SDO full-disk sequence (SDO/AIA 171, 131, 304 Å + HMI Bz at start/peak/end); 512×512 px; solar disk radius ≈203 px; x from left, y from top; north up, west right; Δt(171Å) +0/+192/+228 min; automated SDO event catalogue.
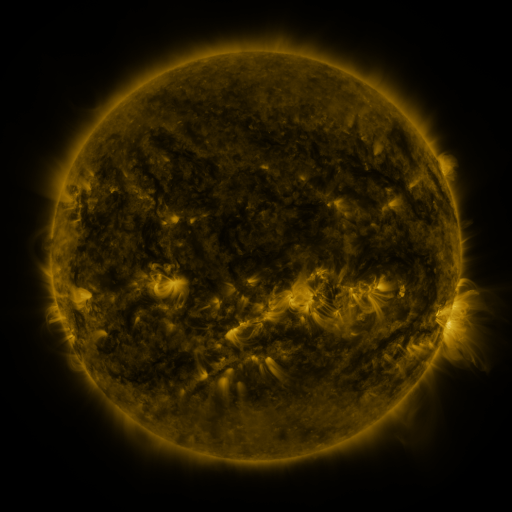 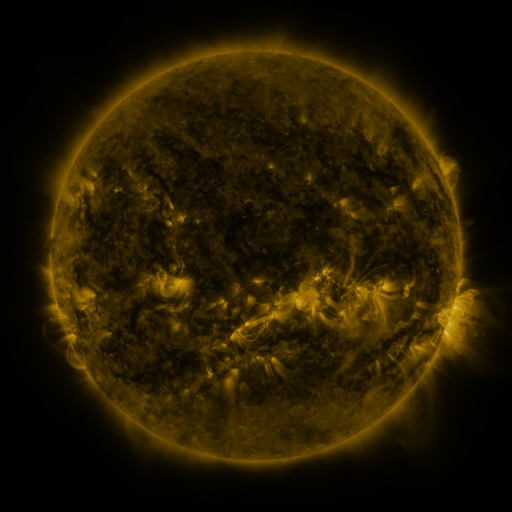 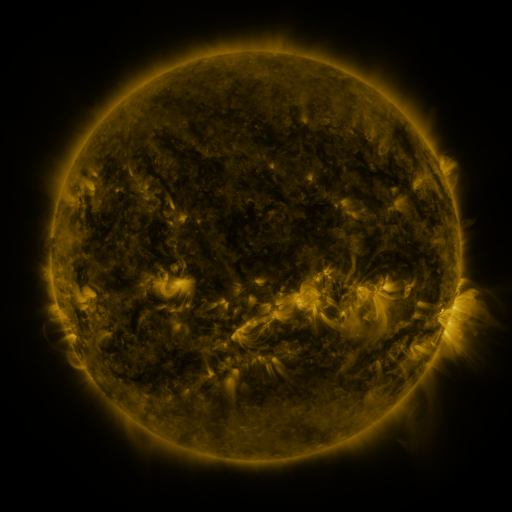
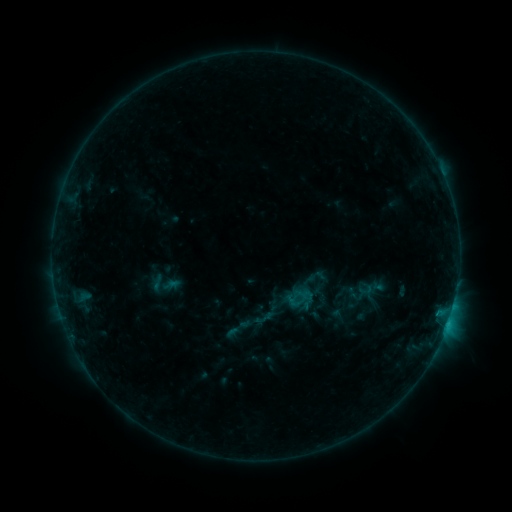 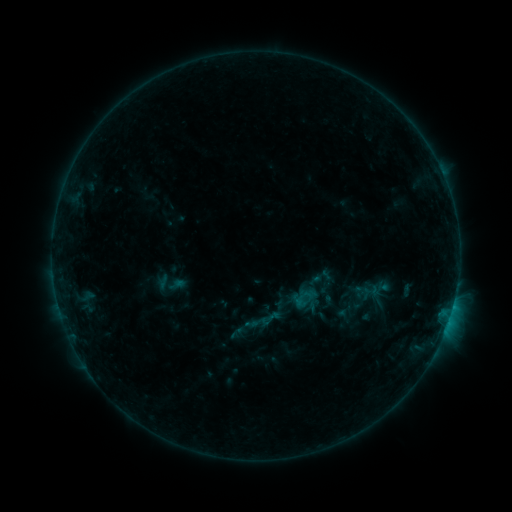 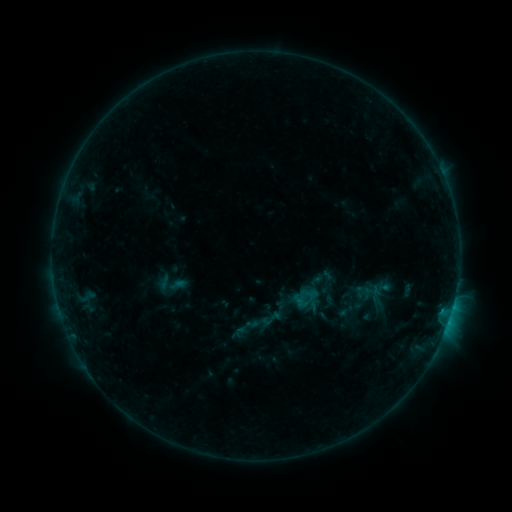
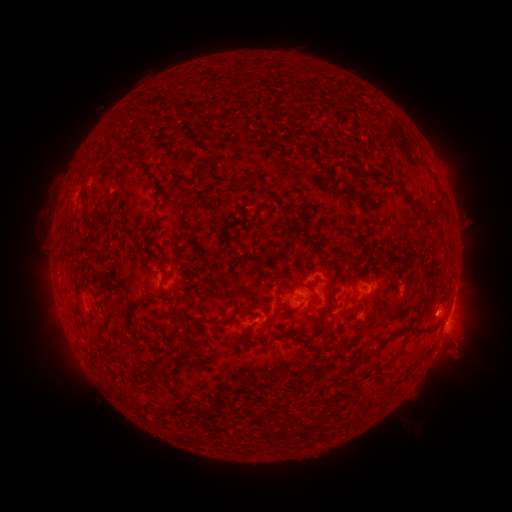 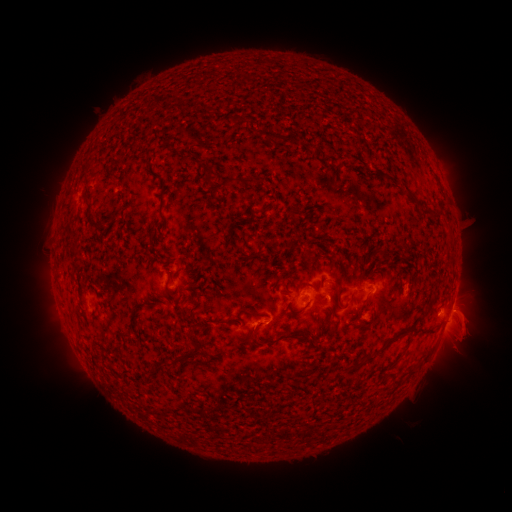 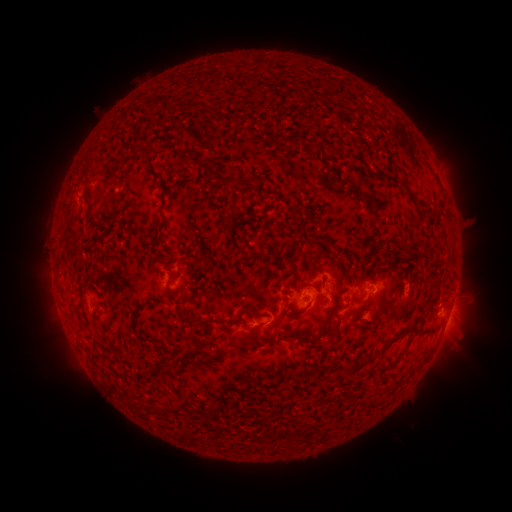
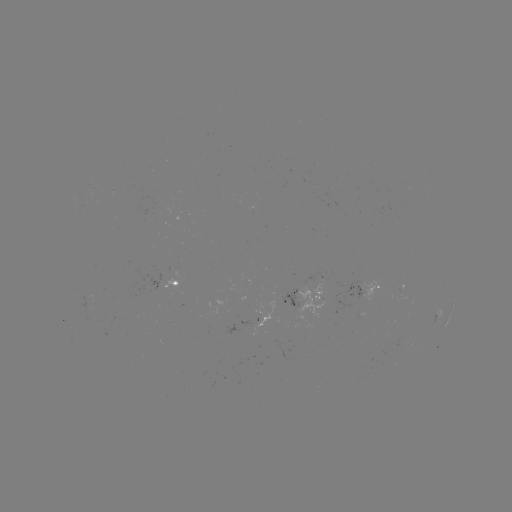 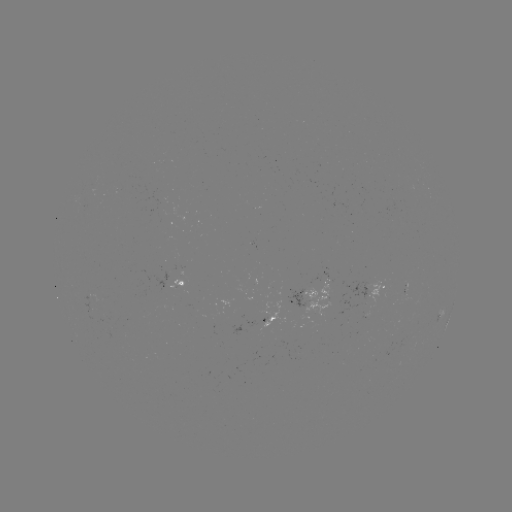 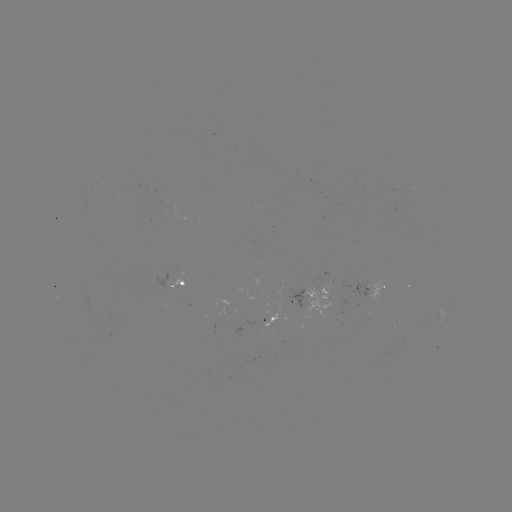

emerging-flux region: (301, 273, 330, 318)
